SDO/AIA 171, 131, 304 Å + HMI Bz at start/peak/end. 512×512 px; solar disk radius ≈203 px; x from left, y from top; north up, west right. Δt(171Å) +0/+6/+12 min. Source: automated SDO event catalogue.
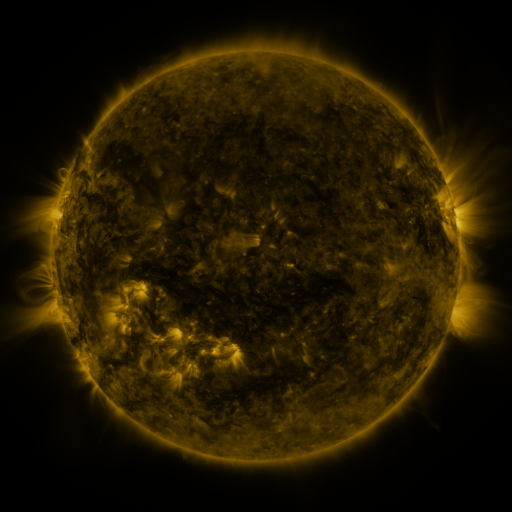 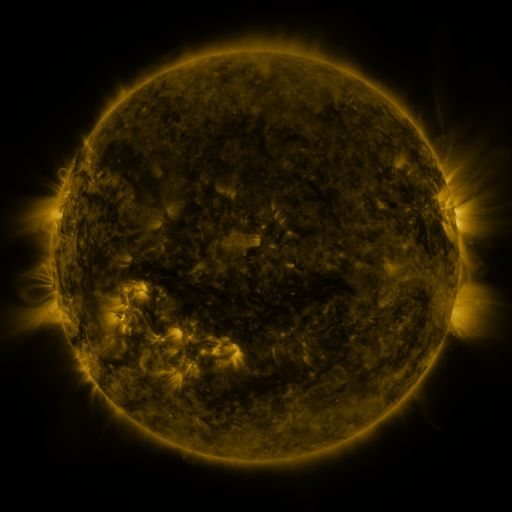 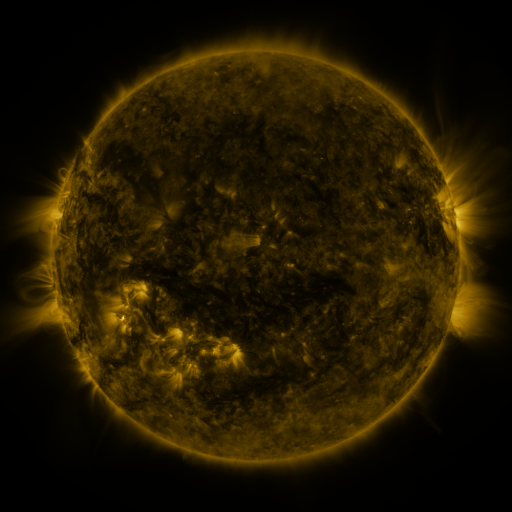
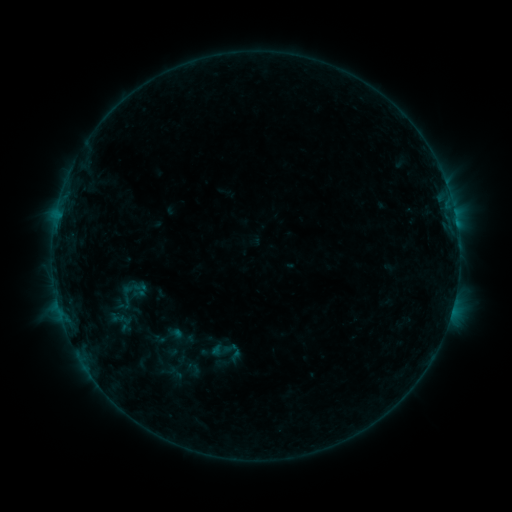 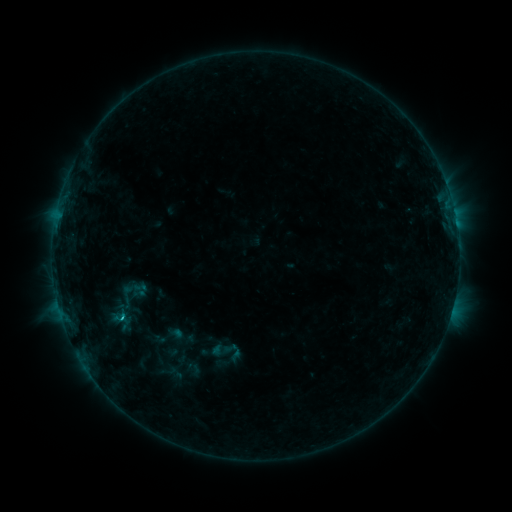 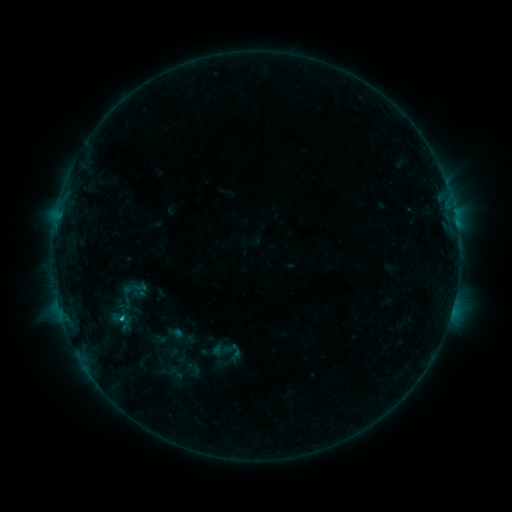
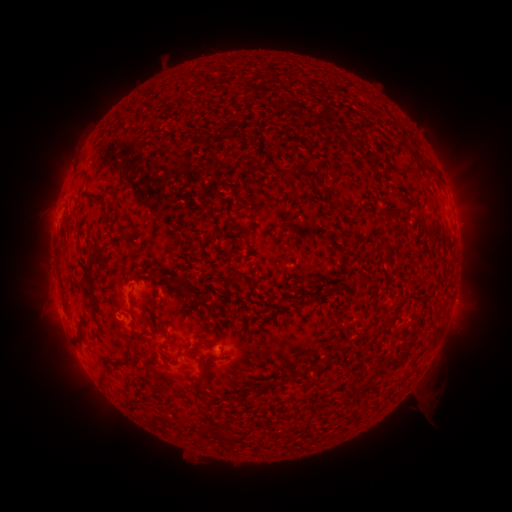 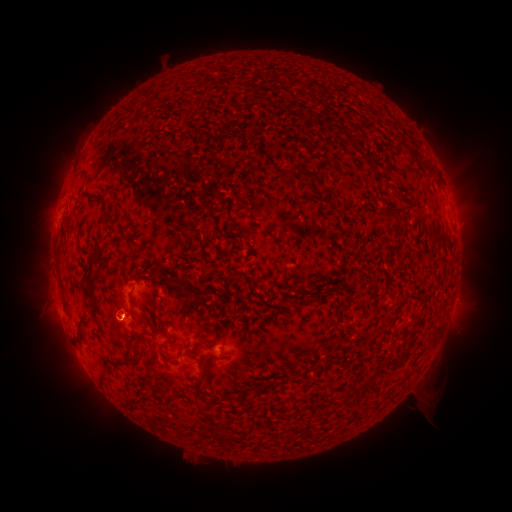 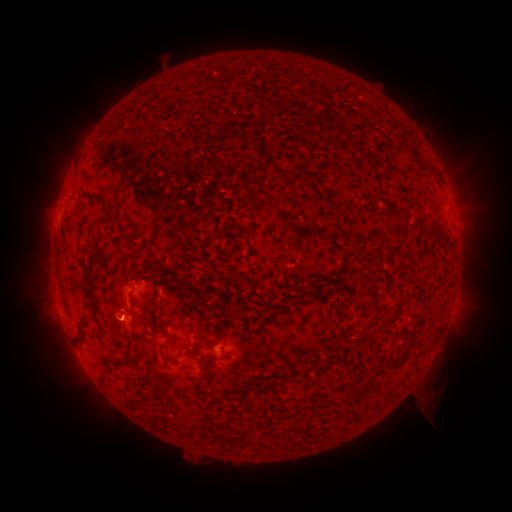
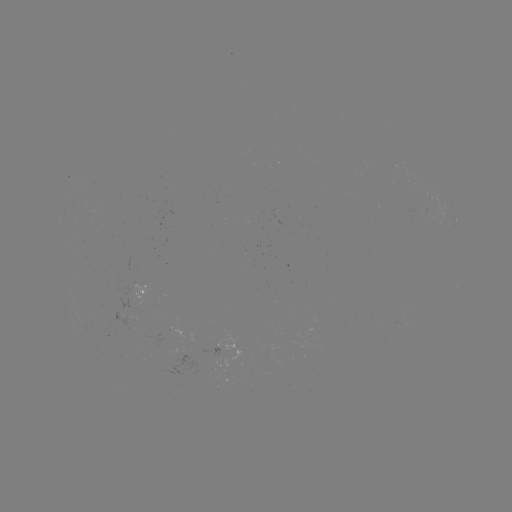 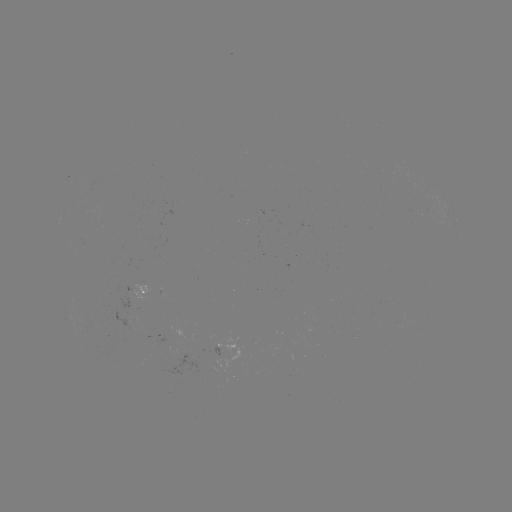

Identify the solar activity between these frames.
B7.5 flare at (122, 316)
